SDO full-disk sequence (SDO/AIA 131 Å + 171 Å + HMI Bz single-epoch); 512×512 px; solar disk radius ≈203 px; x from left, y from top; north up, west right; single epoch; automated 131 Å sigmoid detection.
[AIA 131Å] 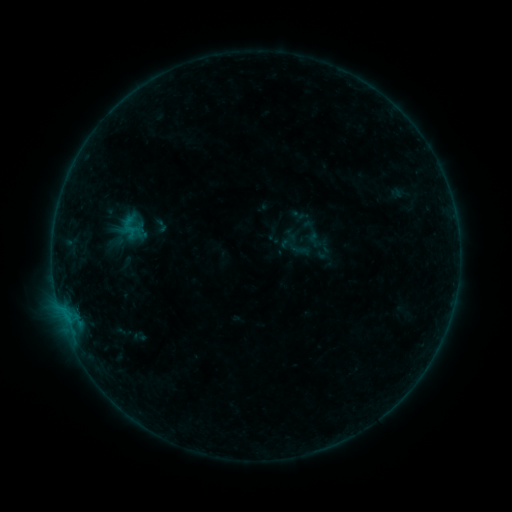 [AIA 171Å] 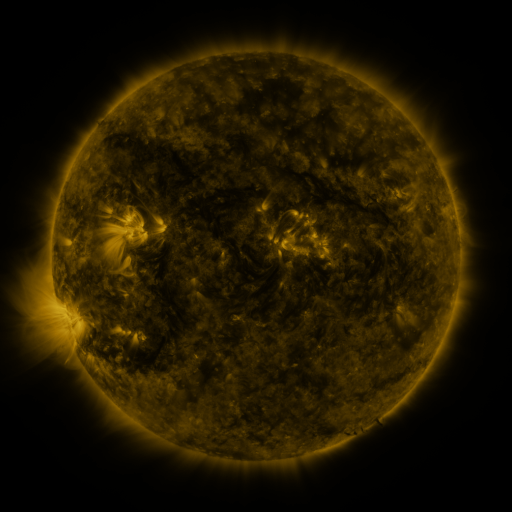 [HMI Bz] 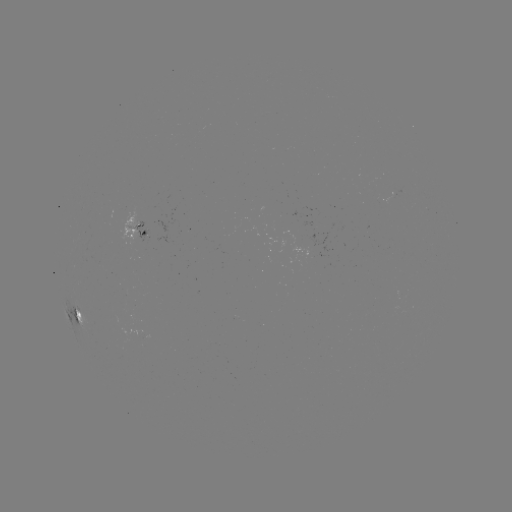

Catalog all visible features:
sigmoid: (116, 209, 147, 245)
